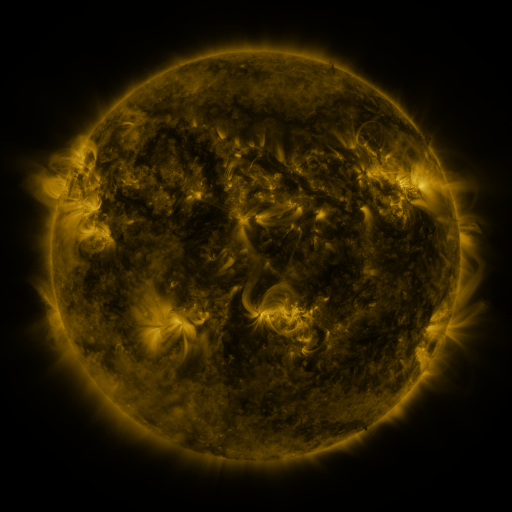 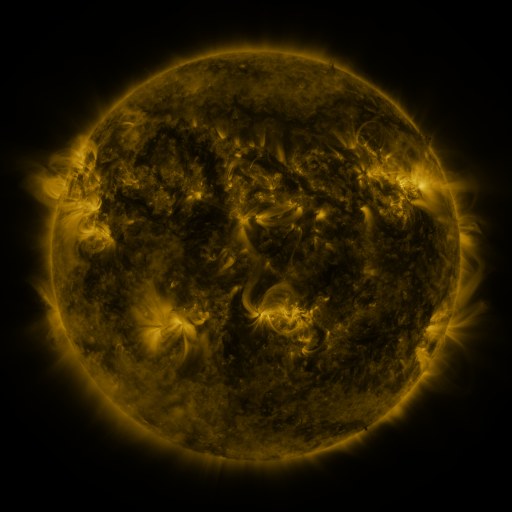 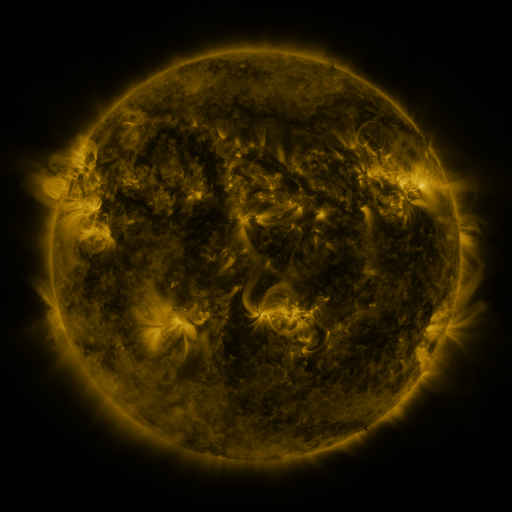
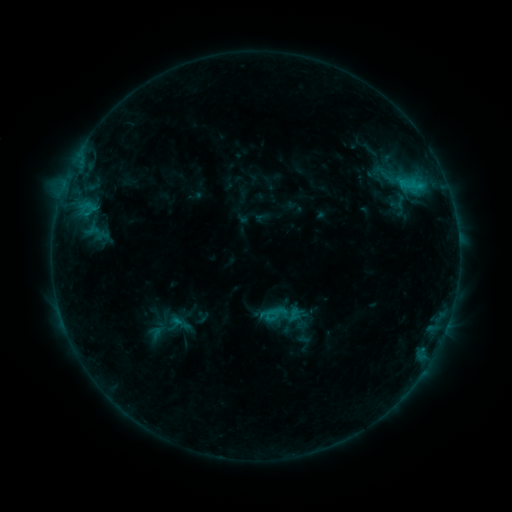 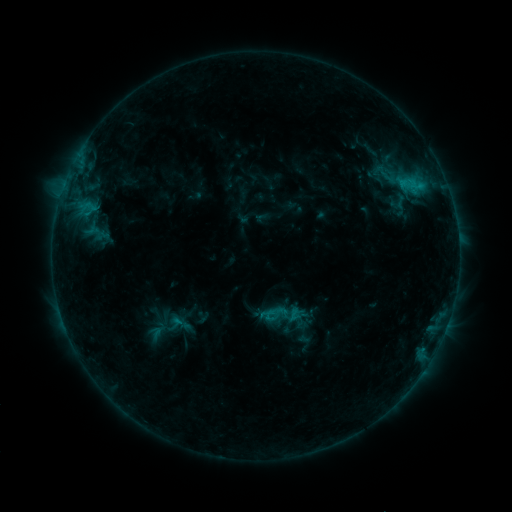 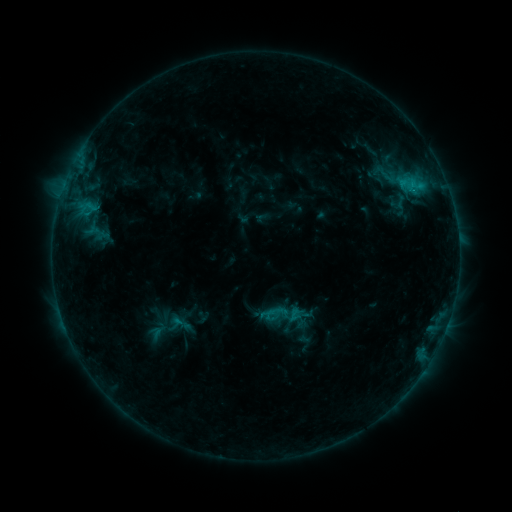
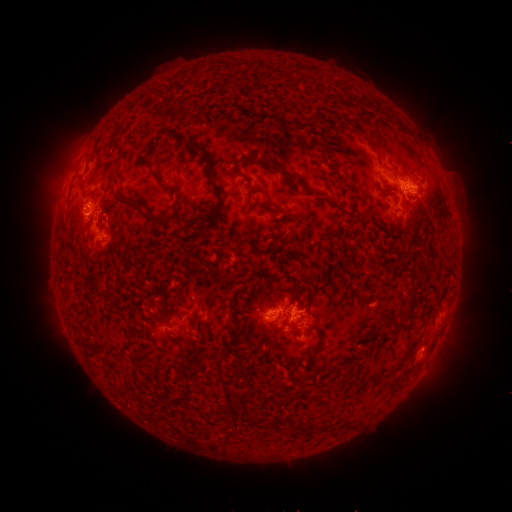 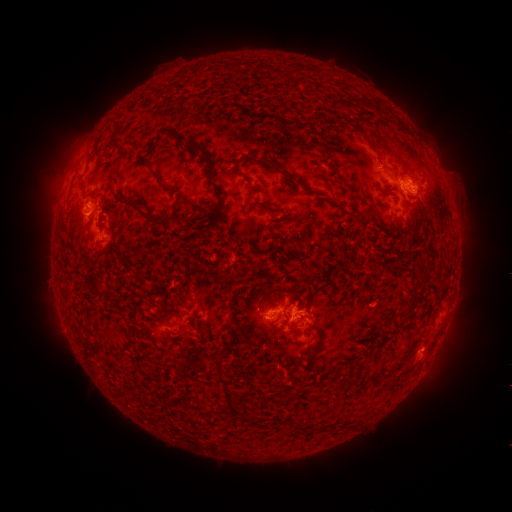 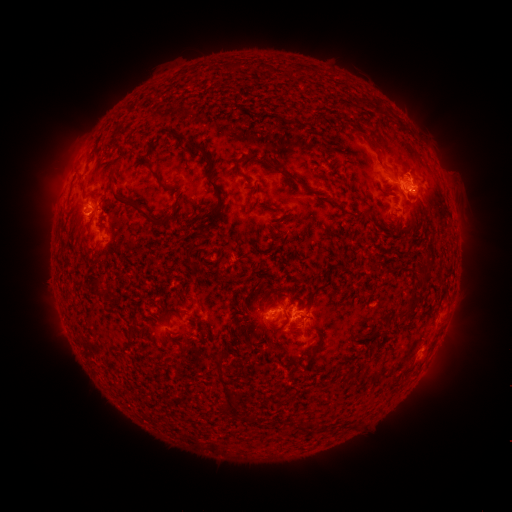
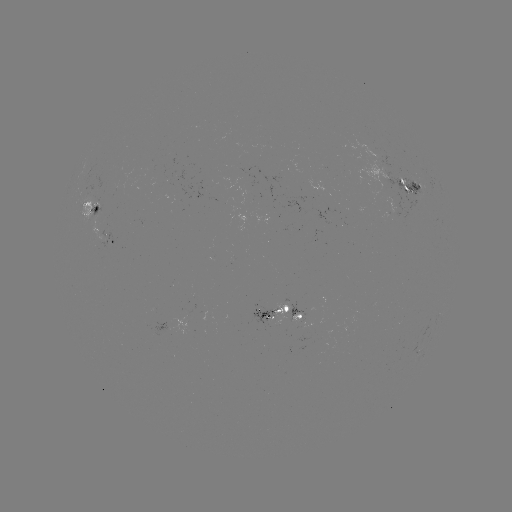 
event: eruption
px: (413, 165)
